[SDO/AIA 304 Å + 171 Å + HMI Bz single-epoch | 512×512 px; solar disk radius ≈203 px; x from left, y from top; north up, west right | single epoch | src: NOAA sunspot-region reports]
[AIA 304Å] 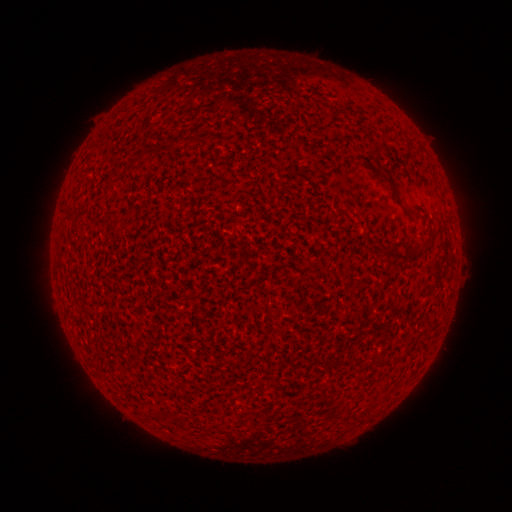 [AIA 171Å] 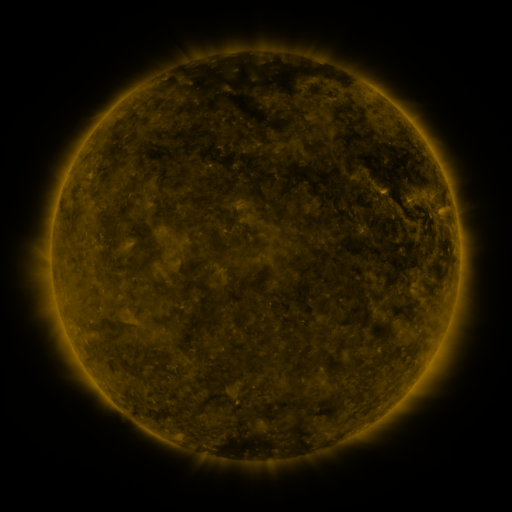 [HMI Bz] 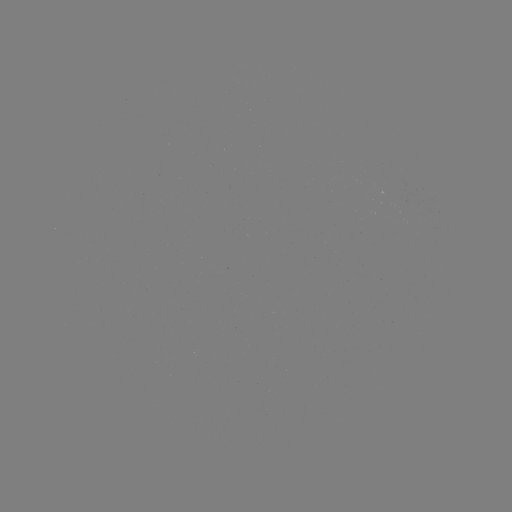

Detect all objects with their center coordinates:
(none)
